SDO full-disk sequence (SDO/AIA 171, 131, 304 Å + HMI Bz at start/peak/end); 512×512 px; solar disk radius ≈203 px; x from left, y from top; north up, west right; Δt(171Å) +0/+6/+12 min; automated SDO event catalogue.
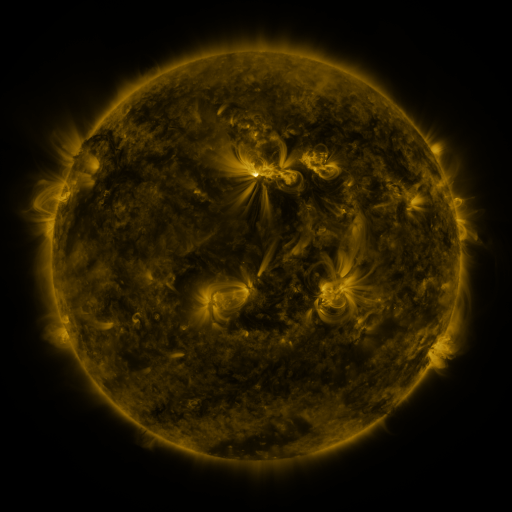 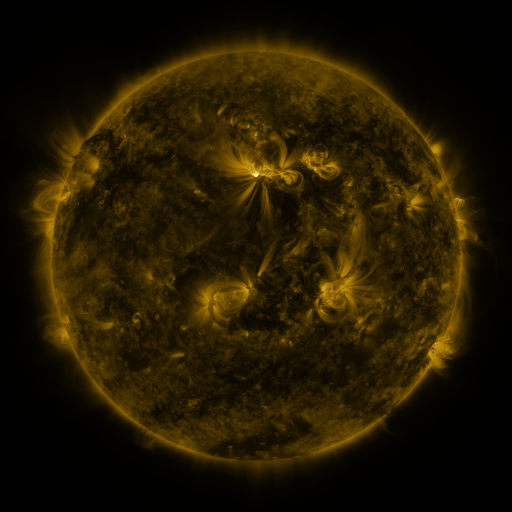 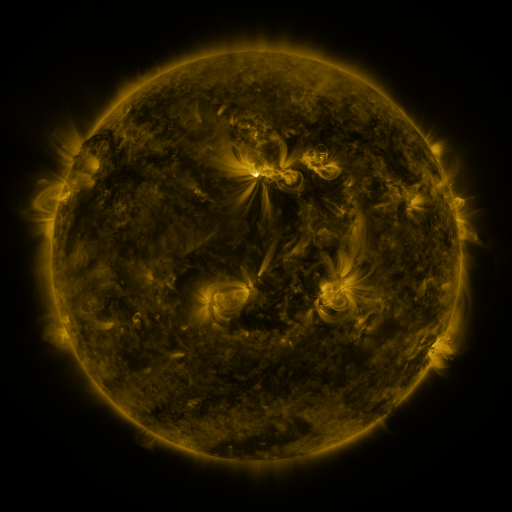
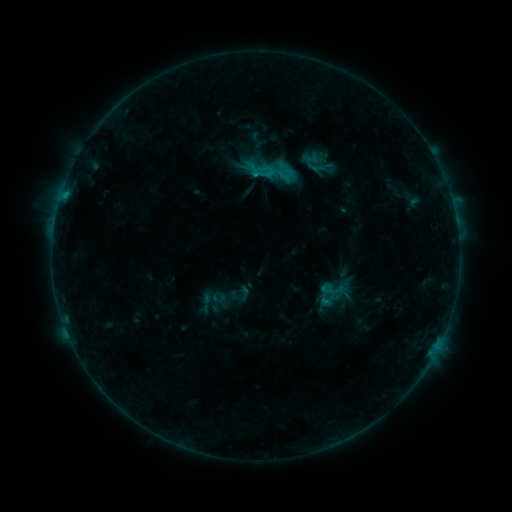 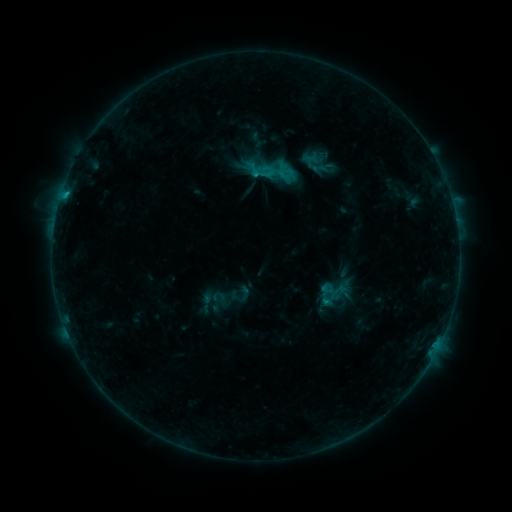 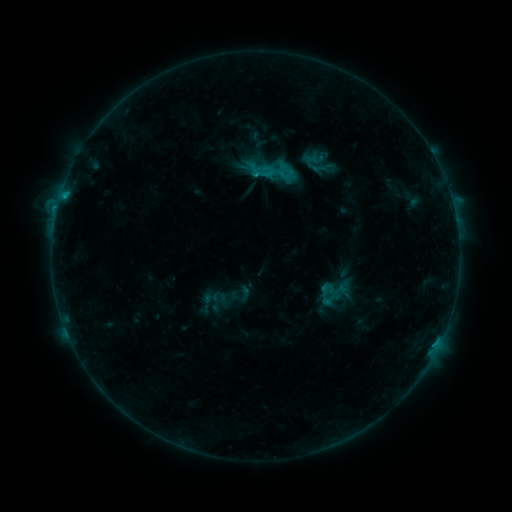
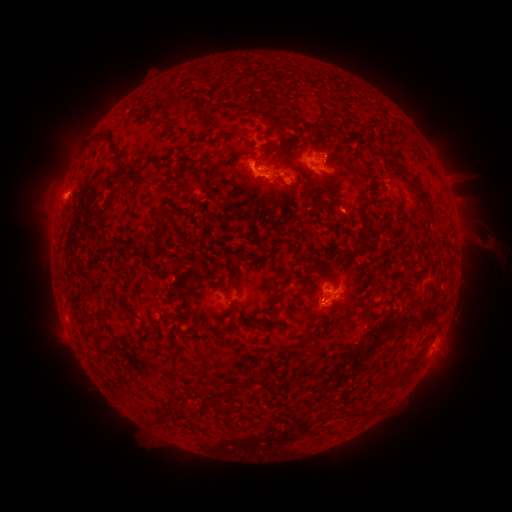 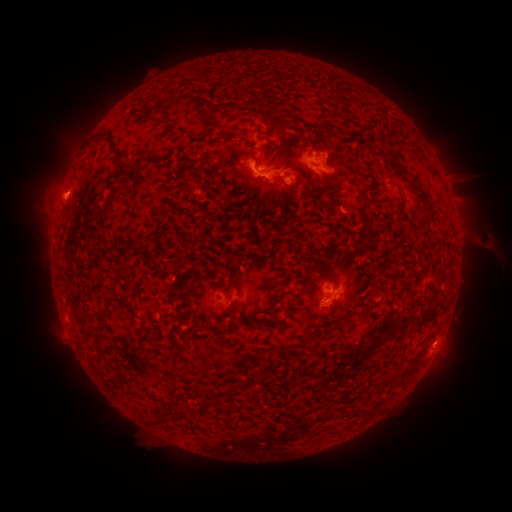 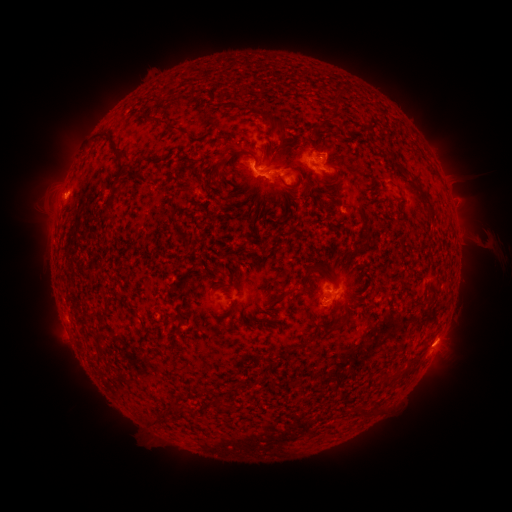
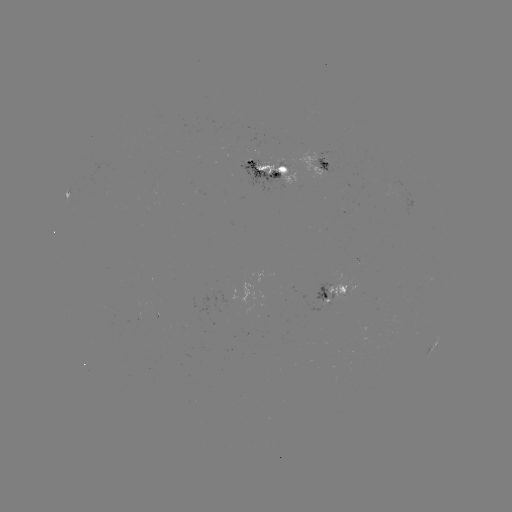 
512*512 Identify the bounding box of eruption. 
[418, 312, 473, 366].